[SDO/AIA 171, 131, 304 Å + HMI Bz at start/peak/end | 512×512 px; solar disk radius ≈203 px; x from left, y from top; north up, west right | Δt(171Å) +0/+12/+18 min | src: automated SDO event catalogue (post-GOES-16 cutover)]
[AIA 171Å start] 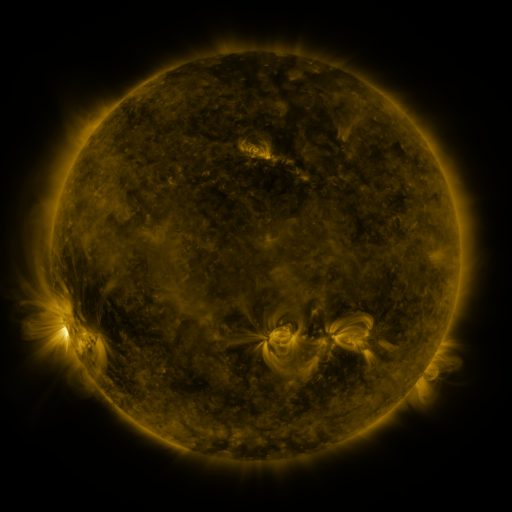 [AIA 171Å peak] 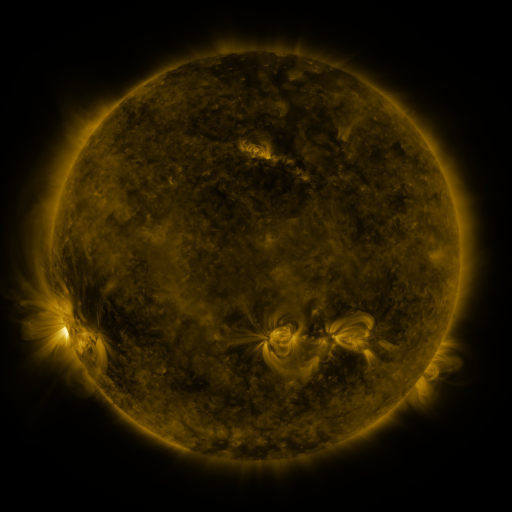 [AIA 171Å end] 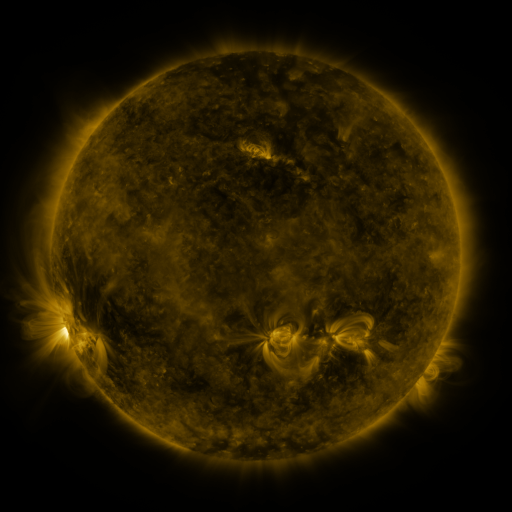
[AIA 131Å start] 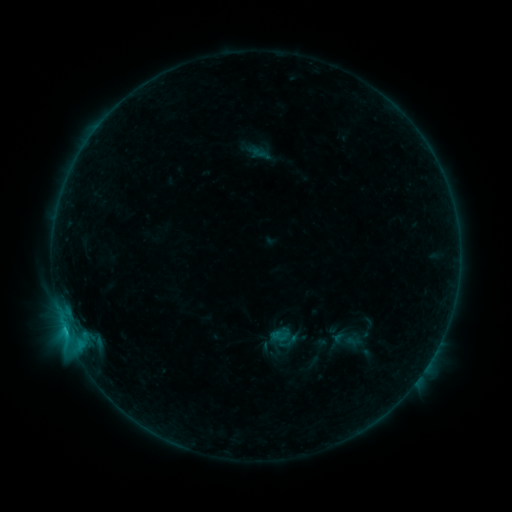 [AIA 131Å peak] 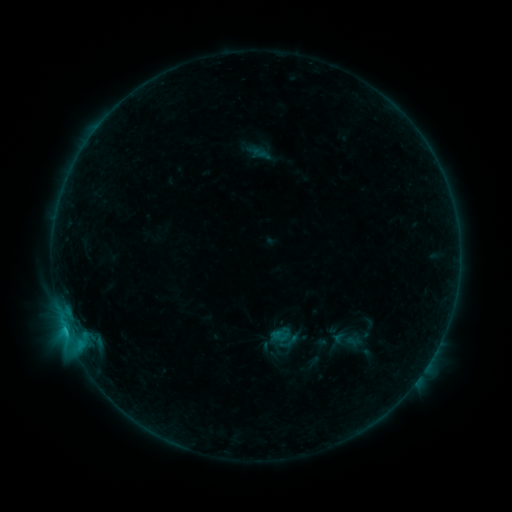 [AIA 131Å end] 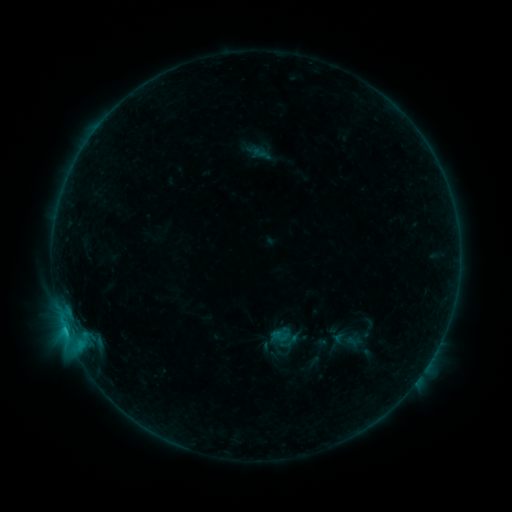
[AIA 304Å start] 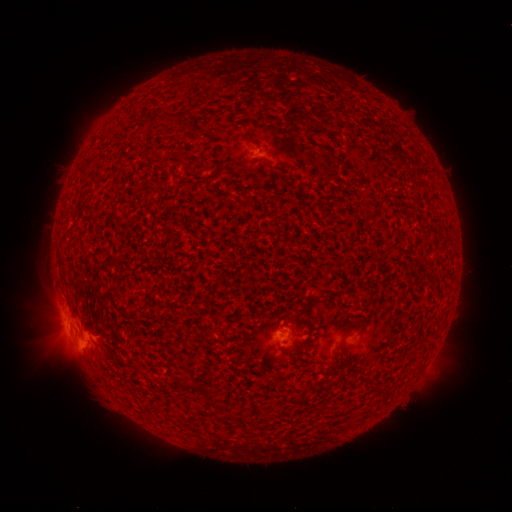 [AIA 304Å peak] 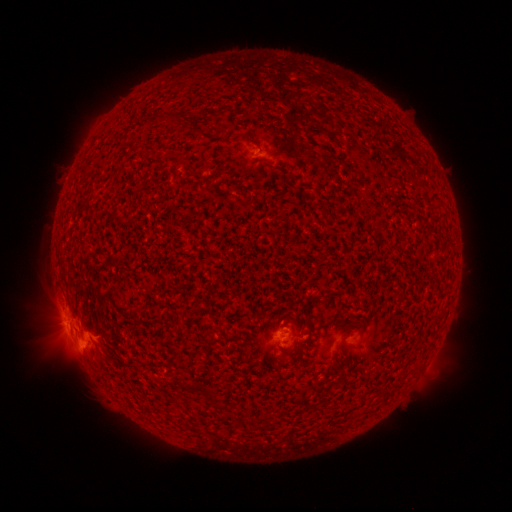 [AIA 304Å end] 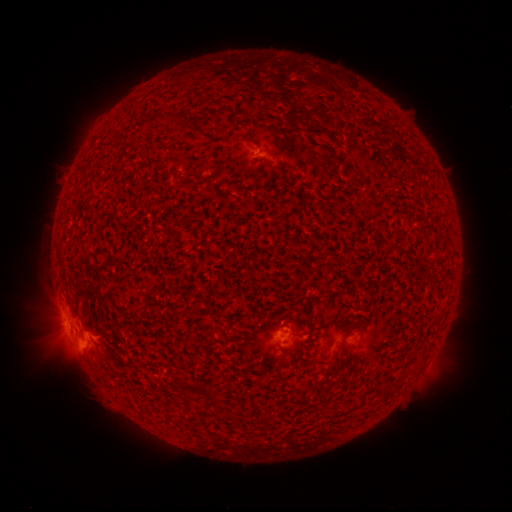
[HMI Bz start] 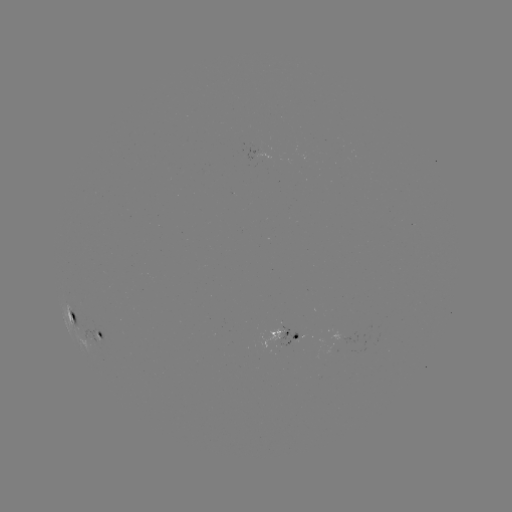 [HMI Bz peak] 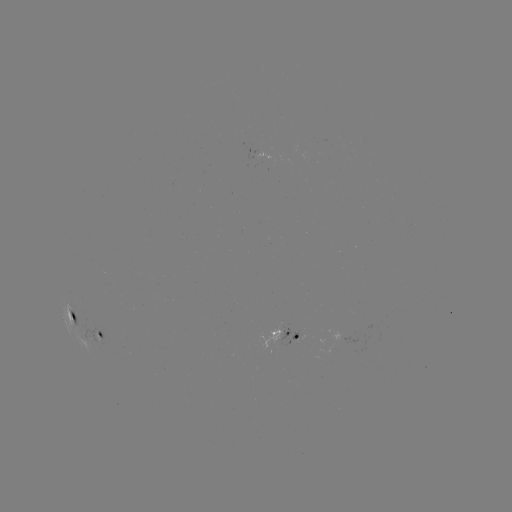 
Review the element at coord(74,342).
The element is C1.0 flare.